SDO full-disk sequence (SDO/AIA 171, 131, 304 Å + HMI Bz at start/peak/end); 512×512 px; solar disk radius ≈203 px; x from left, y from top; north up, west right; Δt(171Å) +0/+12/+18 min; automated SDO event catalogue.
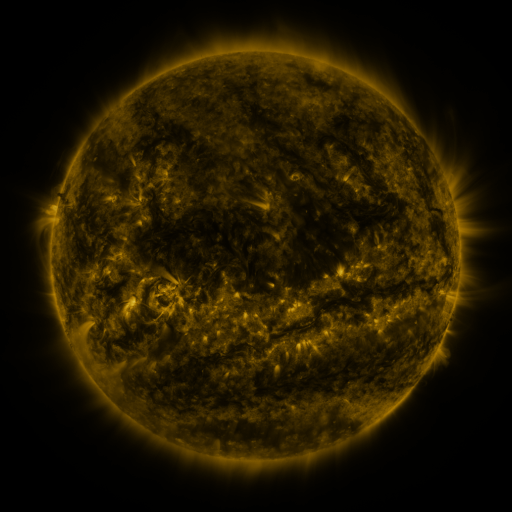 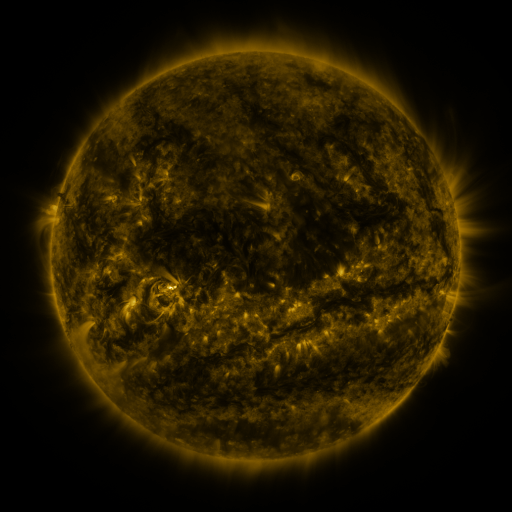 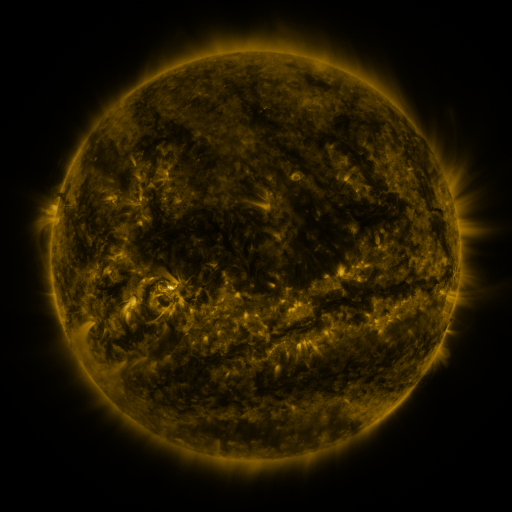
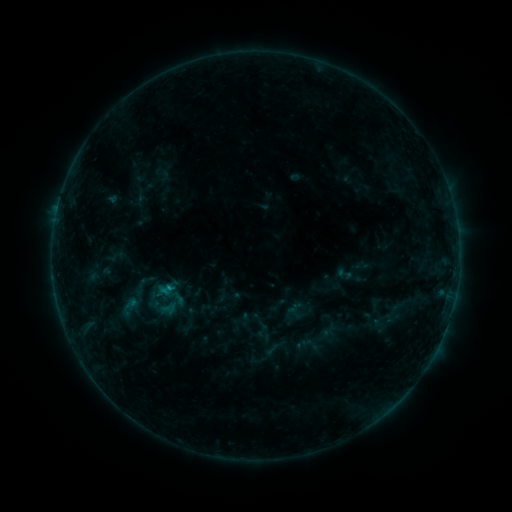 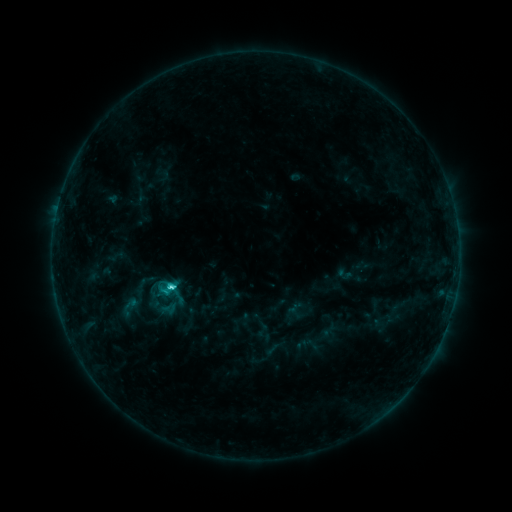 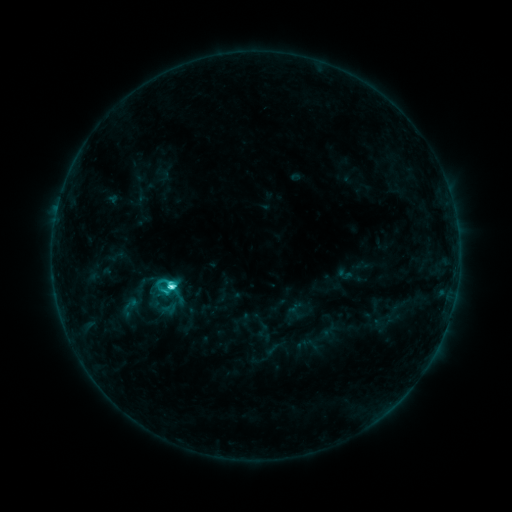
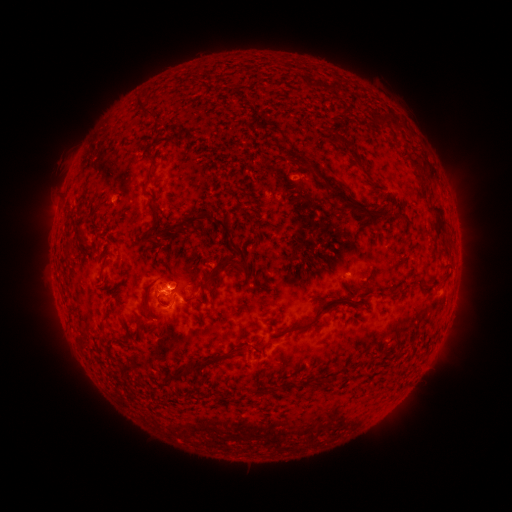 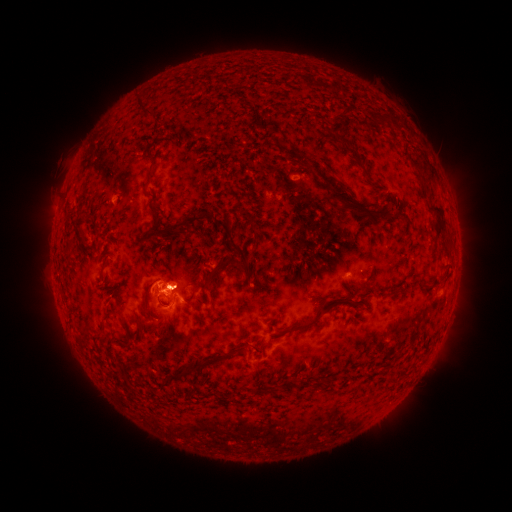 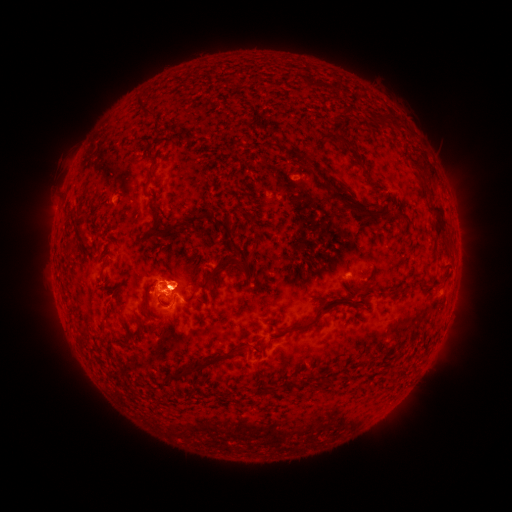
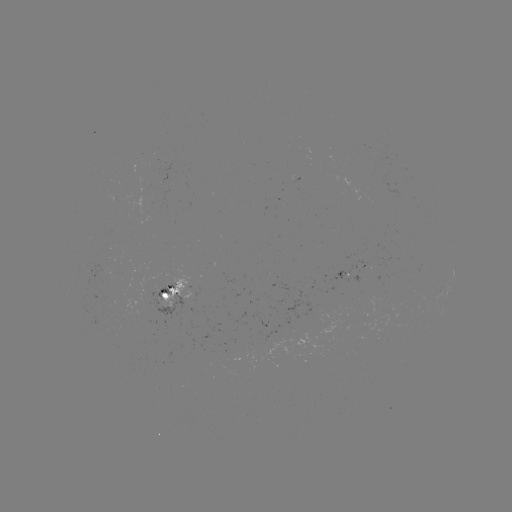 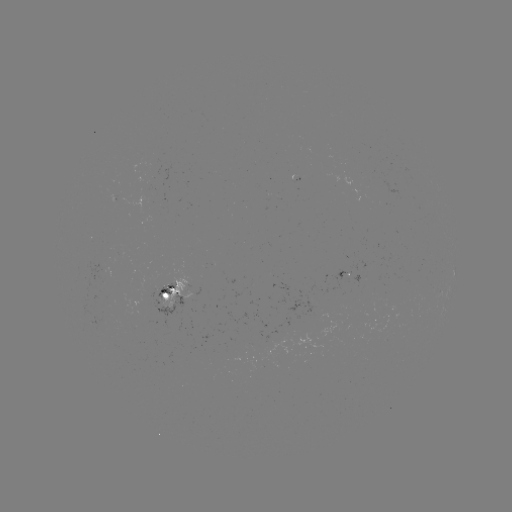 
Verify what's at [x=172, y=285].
C4.5 flare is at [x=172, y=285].